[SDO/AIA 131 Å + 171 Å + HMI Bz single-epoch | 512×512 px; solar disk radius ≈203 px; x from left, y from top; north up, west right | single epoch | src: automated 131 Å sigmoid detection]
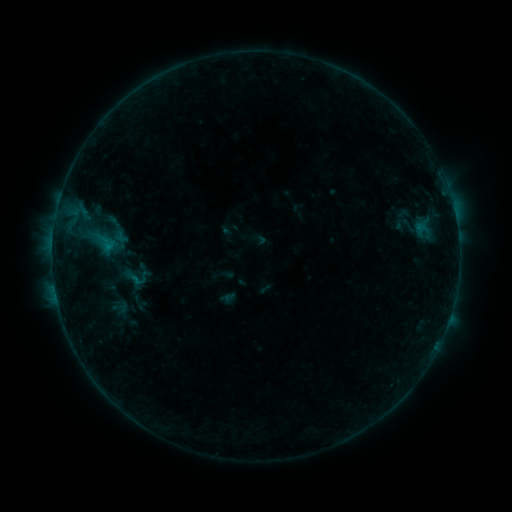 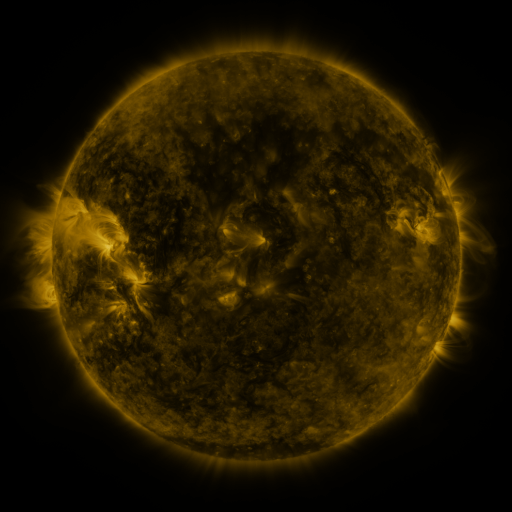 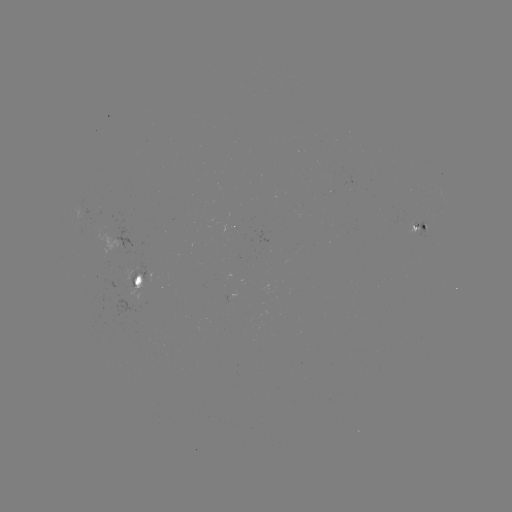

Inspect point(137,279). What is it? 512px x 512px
sigmoid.